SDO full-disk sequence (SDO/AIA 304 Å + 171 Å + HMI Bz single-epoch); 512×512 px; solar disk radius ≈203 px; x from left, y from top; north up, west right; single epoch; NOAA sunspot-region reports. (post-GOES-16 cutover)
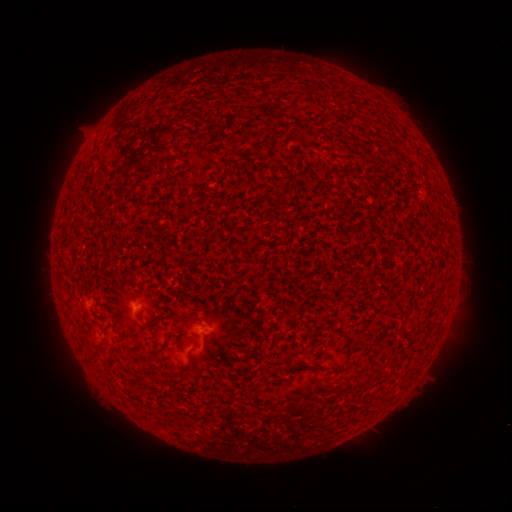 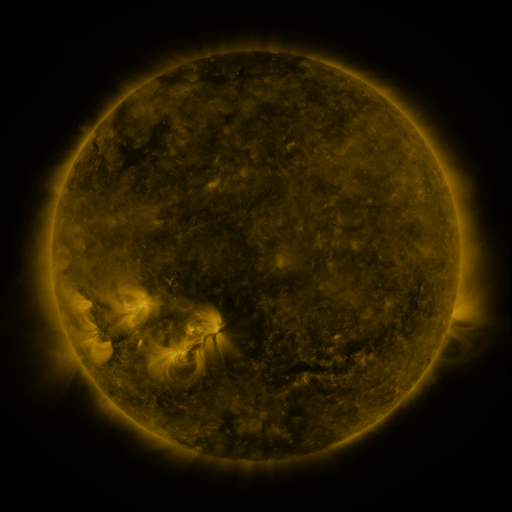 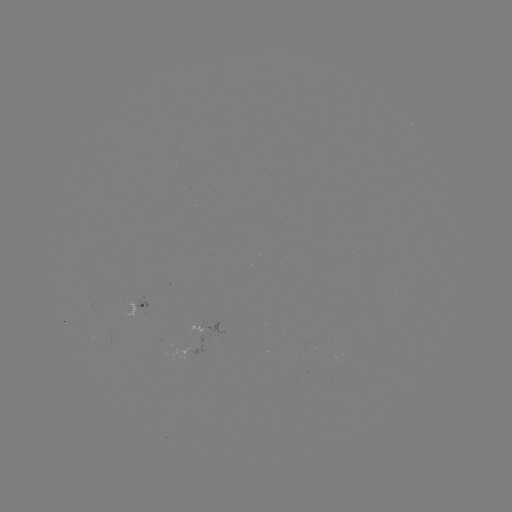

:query spotted active region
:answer (143, 305)